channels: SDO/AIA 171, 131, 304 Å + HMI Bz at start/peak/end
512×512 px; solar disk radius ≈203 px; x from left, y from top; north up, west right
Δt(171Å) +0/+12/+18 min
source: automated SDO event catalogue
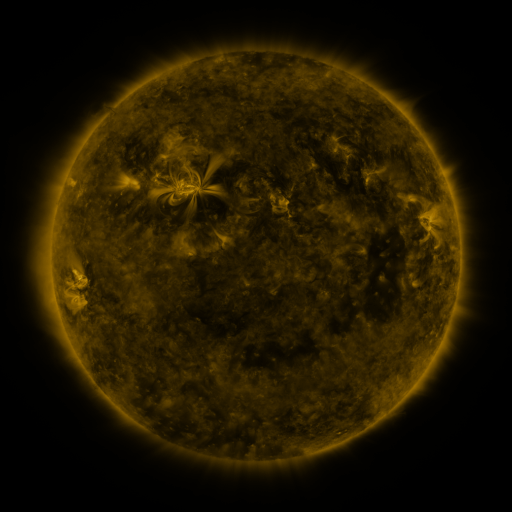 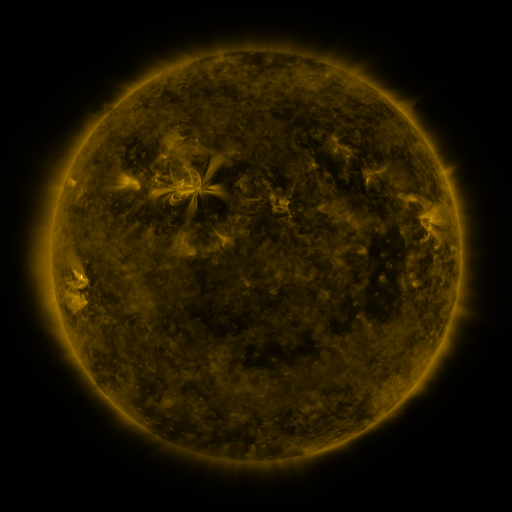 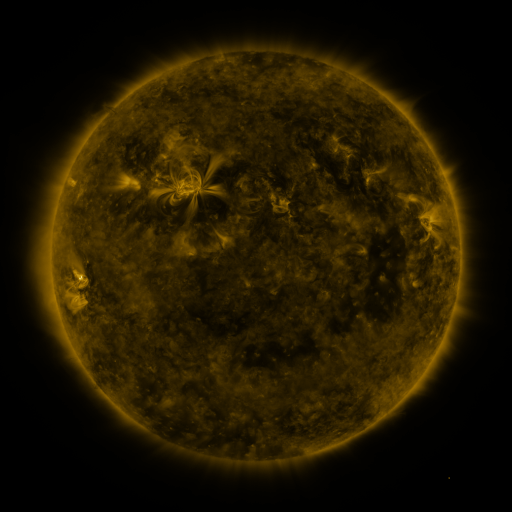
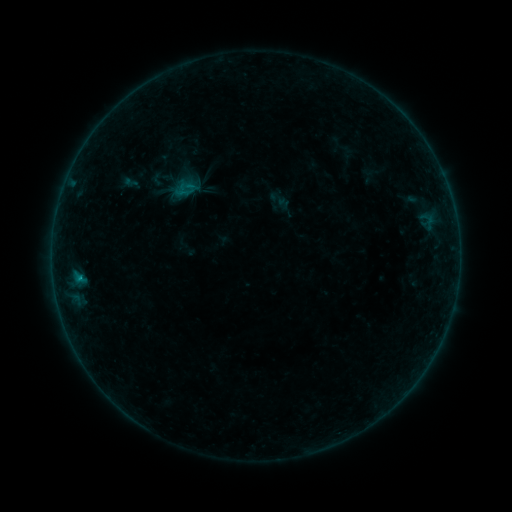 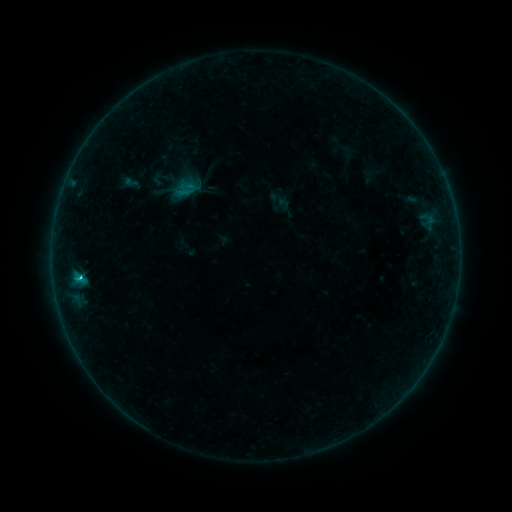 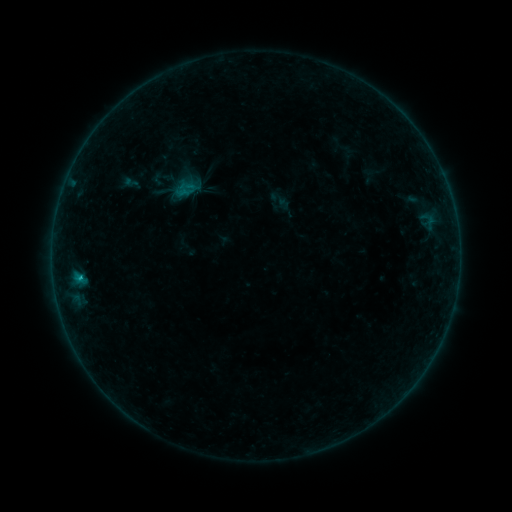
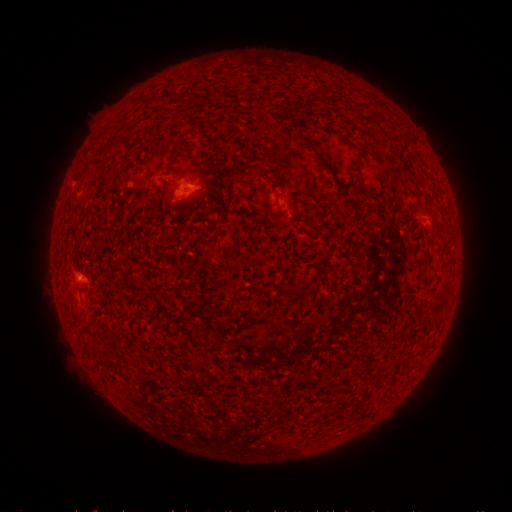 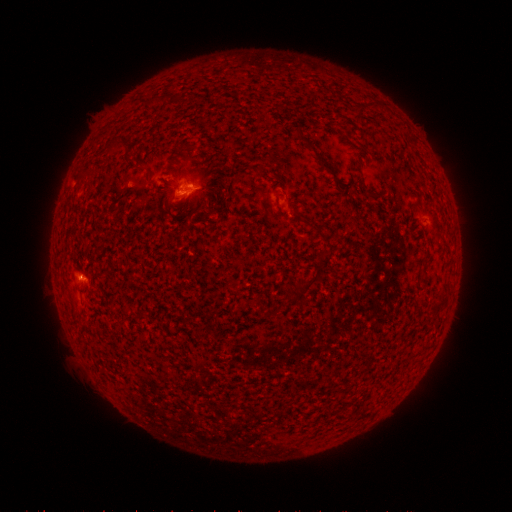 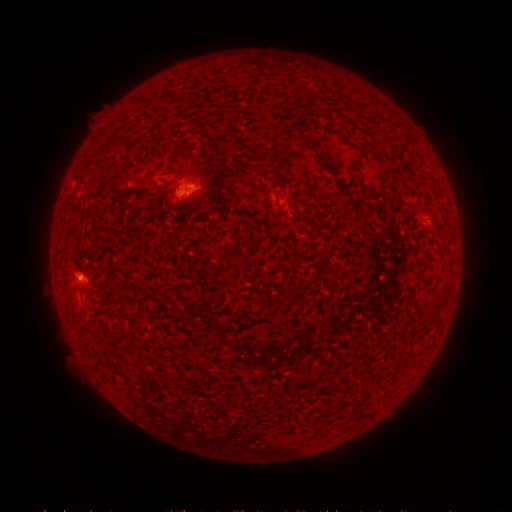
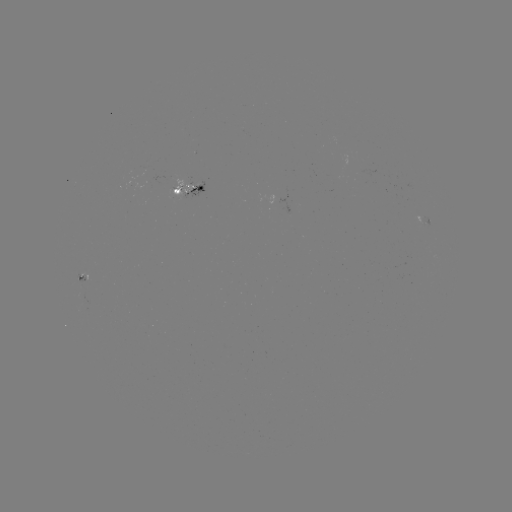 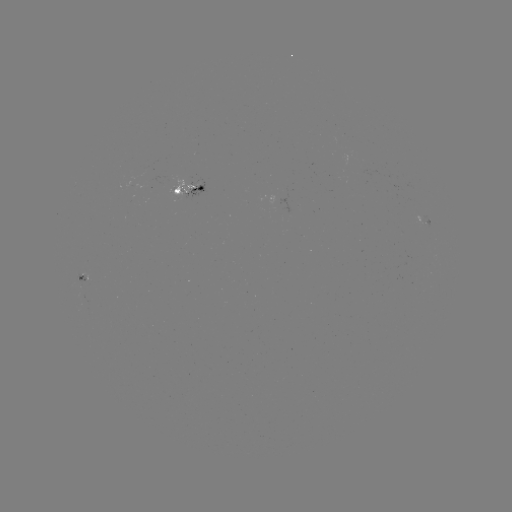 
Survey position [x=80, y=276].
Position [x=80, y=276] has B8.4 flare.